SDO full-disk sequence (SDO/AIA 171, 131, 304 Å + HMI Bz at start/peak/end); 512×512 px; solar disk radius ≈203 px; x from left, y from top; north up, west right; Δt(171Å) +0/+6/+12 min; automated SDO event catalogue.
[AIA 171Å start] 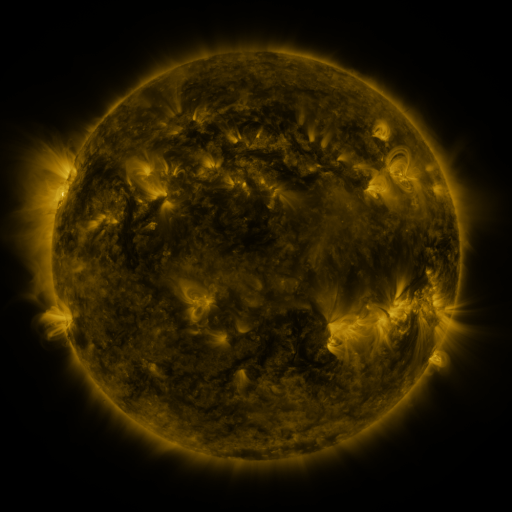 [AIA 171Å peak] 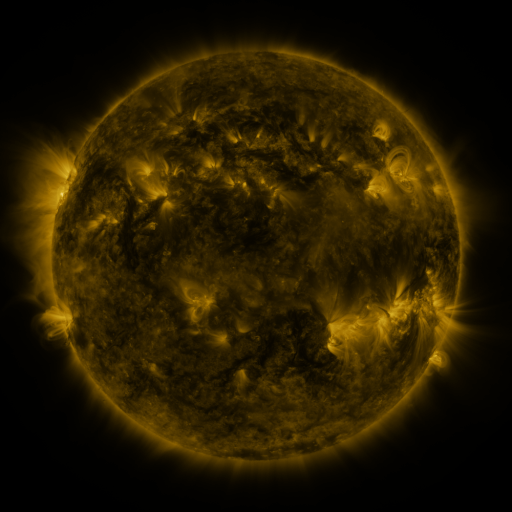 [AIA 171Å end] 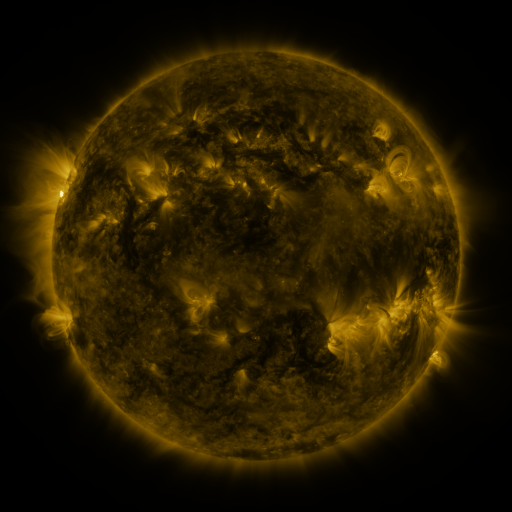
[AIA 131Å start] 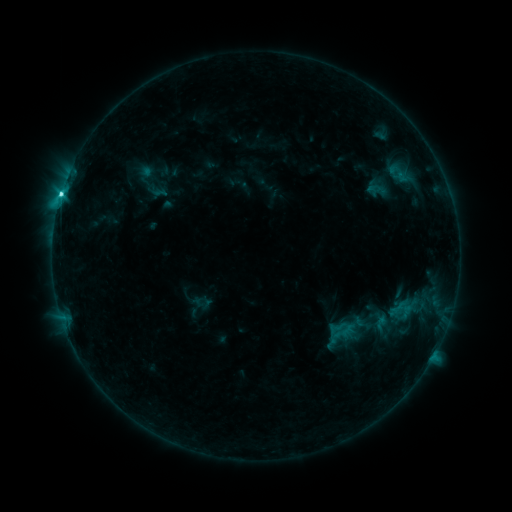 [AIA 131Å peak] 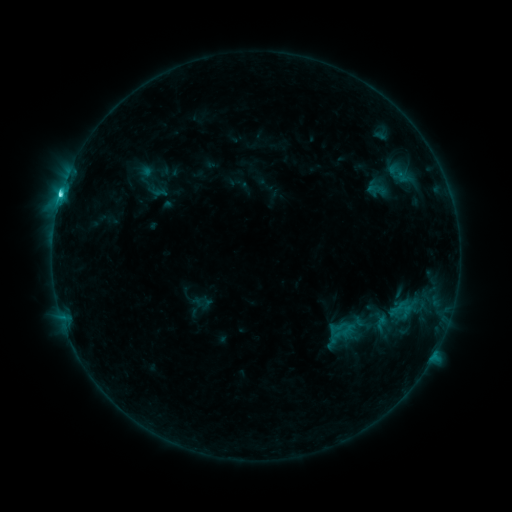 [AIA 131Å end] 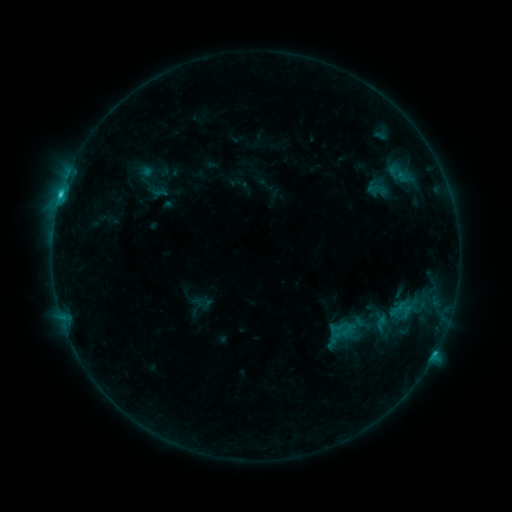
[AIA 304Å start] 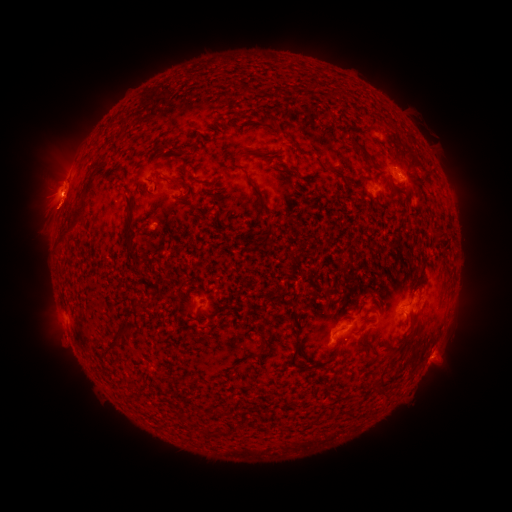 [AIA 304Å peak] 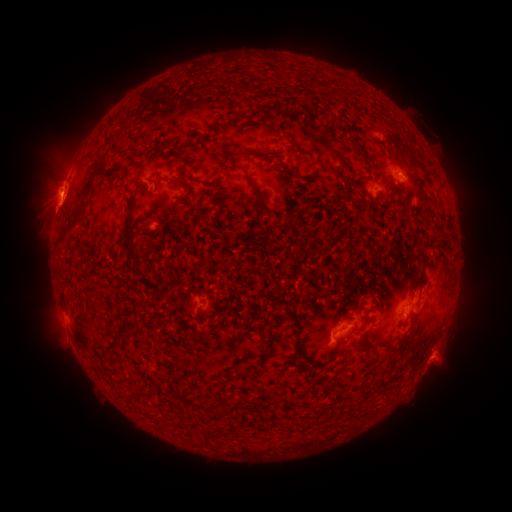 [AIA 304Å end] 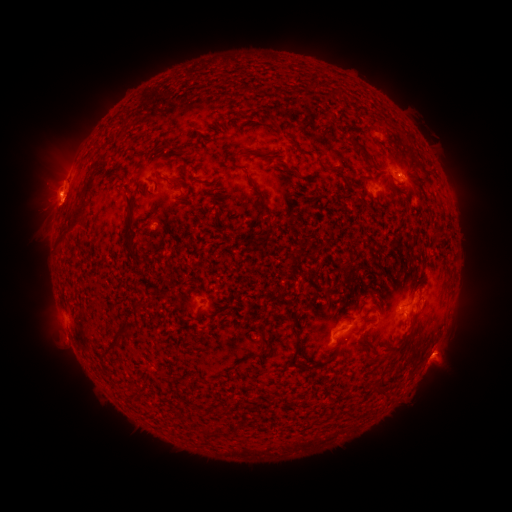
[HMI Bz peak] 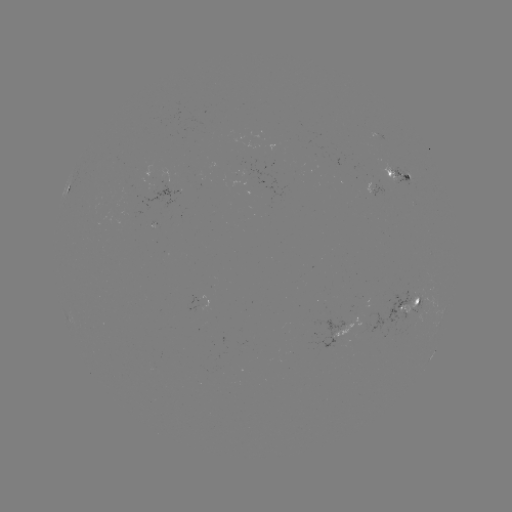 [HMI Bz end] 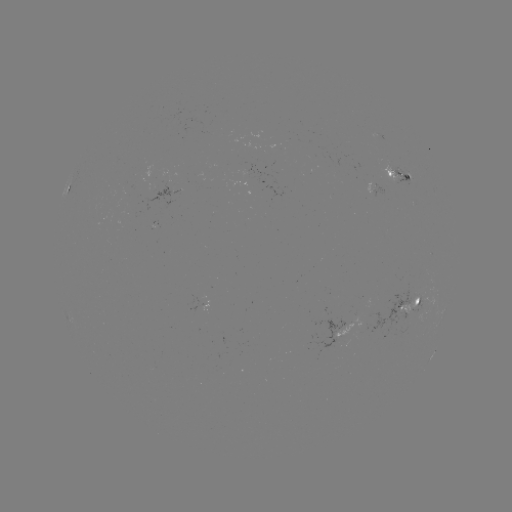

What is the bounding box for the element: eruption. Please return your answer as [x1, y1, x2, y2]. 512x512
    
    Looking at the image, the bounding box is [12, 164, 82, 240].